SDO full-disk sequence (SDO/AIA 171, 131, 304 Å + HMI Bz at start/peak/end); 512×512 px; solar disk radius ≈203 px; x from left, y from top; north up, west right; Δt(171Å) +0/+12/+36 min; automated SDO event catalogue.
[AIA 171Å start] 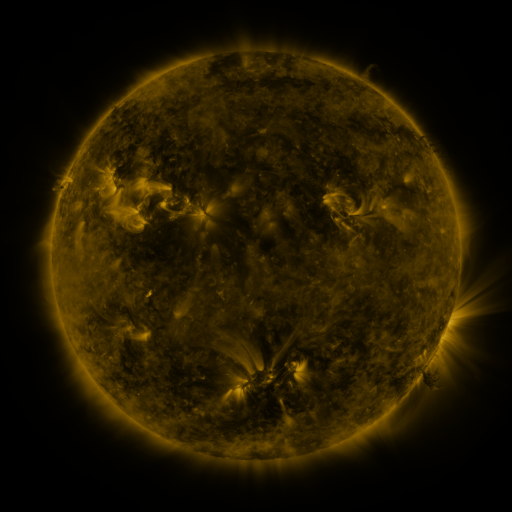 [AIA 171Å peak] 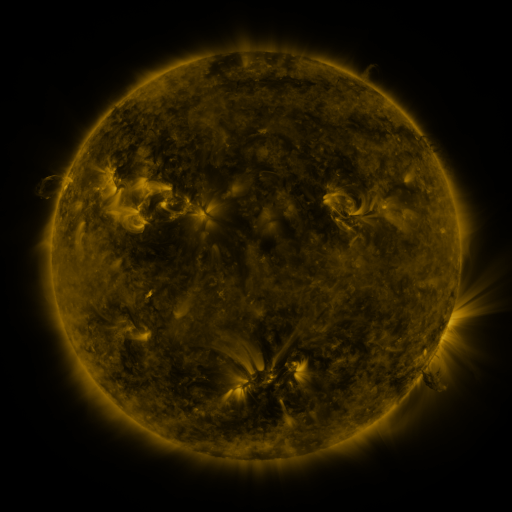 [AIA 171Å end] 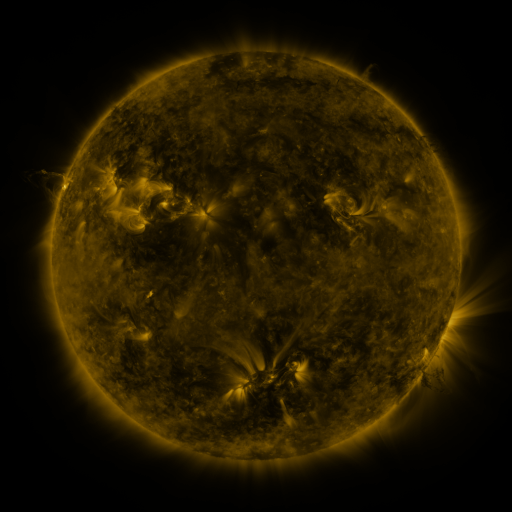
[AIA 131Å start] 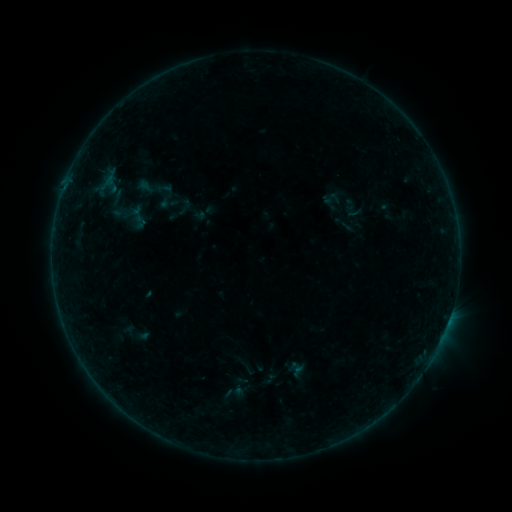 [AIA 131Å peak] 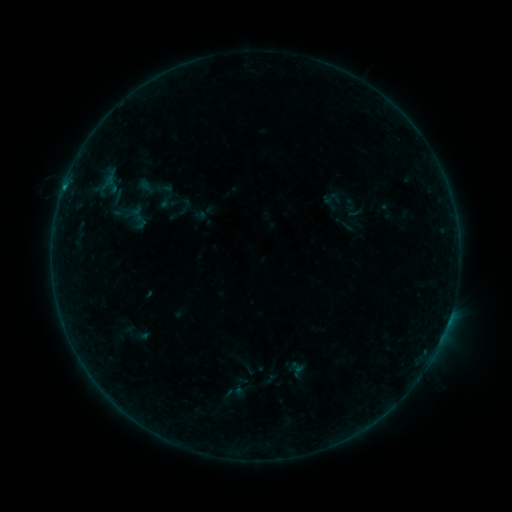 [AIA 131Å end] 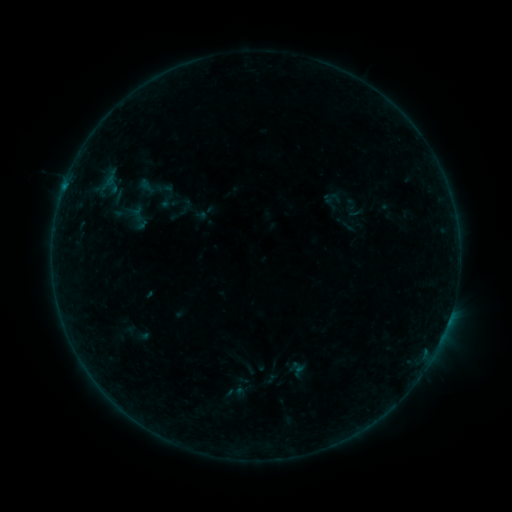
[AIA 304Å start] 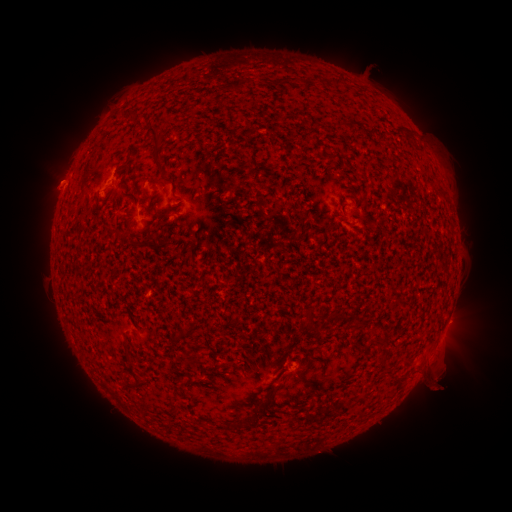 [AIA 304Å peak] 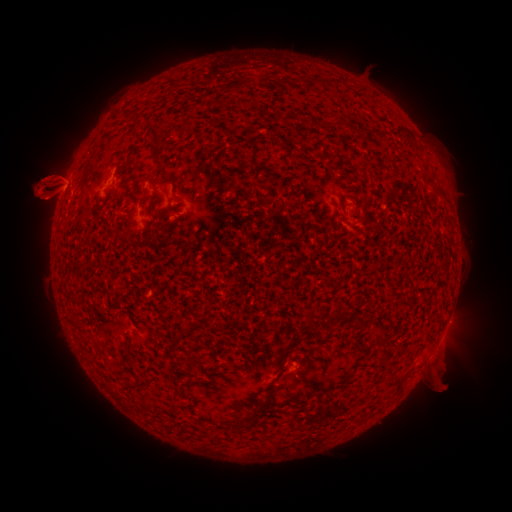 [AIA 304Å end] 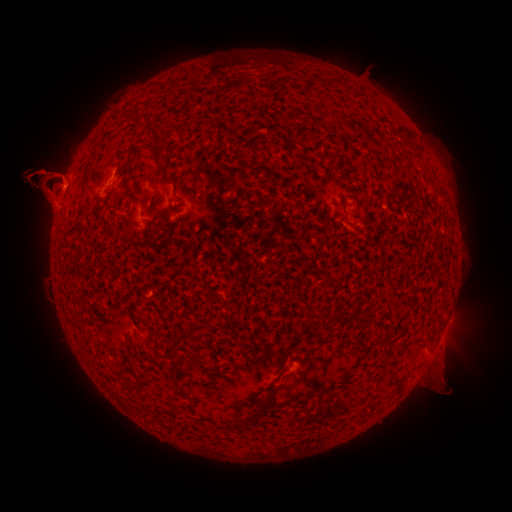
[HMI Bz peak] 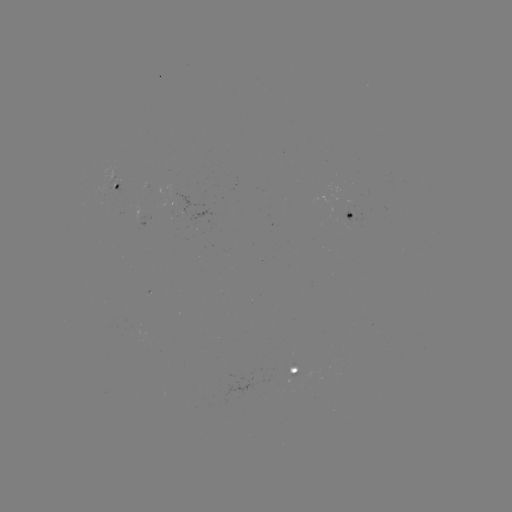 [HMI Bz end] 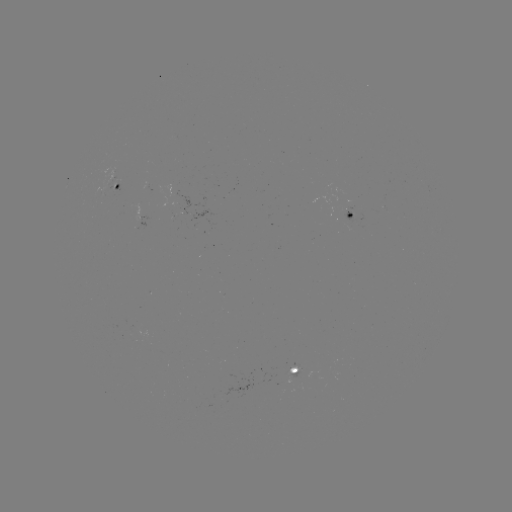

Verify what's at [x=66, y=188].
B2.6 flare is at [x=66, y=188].